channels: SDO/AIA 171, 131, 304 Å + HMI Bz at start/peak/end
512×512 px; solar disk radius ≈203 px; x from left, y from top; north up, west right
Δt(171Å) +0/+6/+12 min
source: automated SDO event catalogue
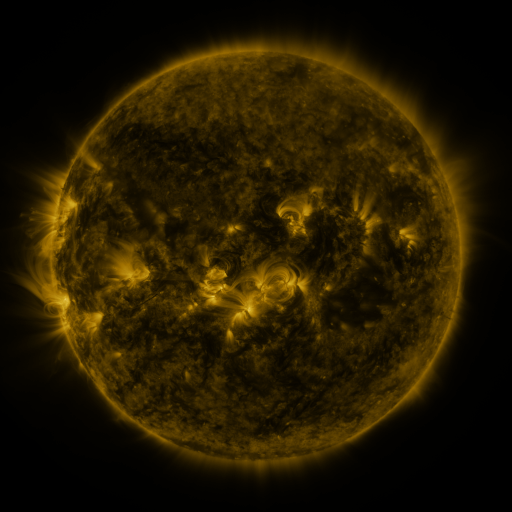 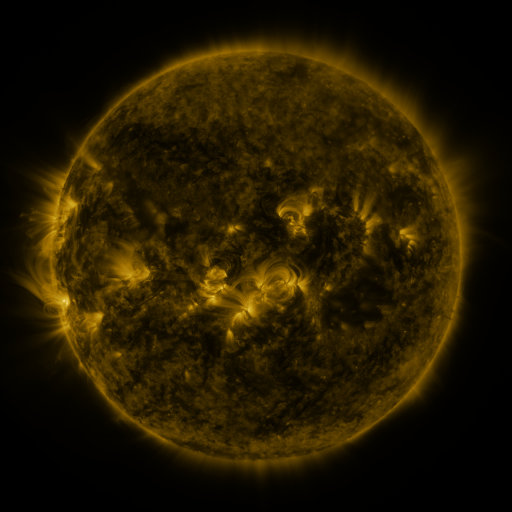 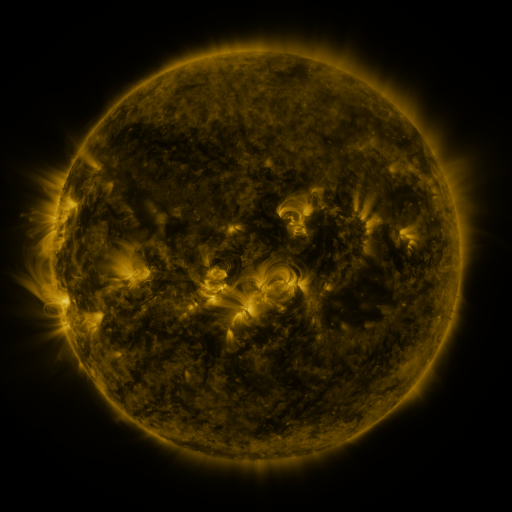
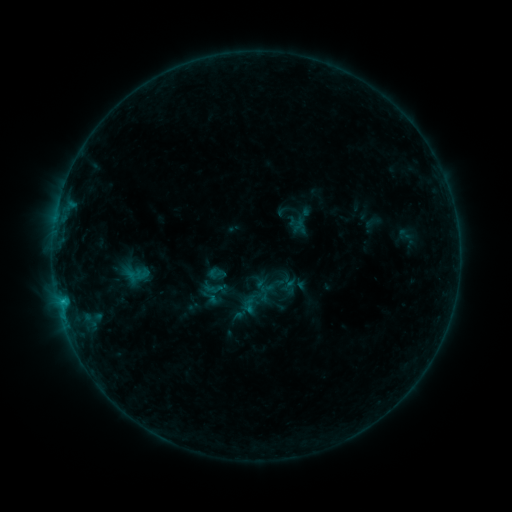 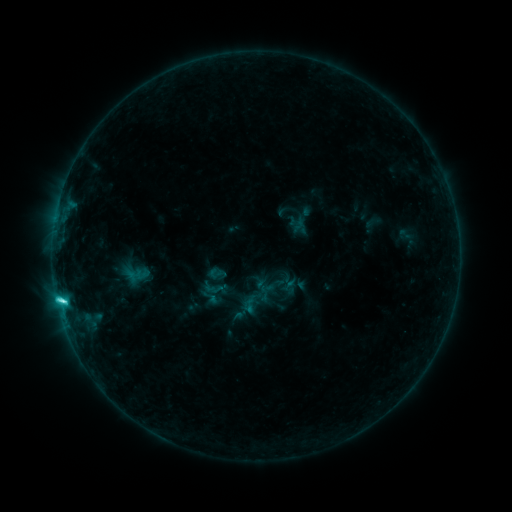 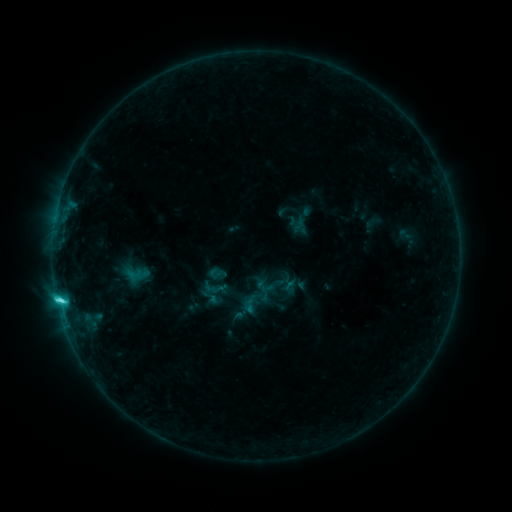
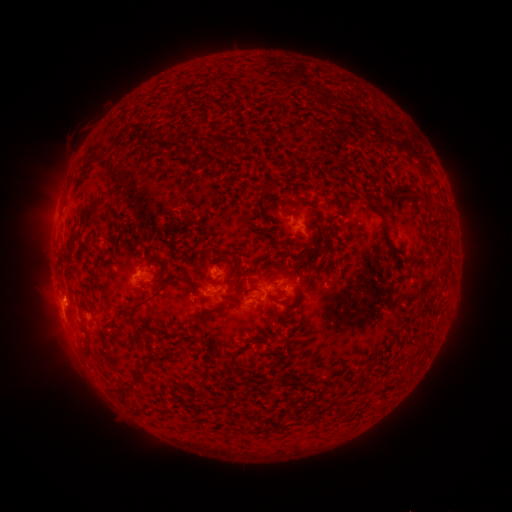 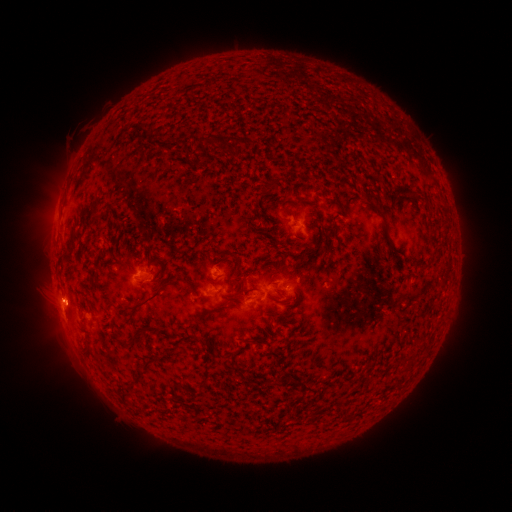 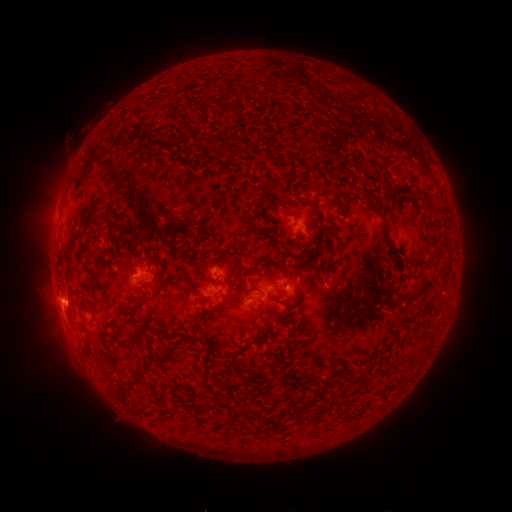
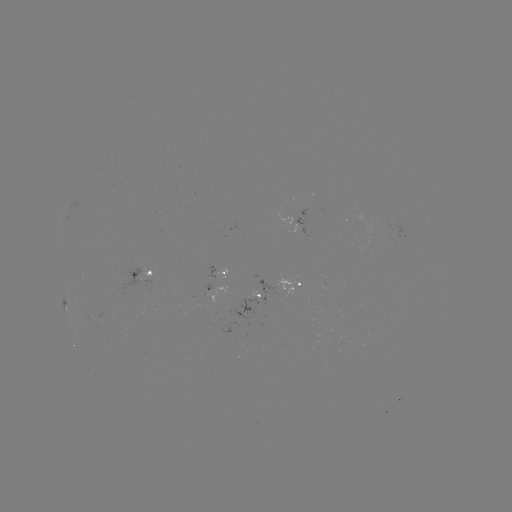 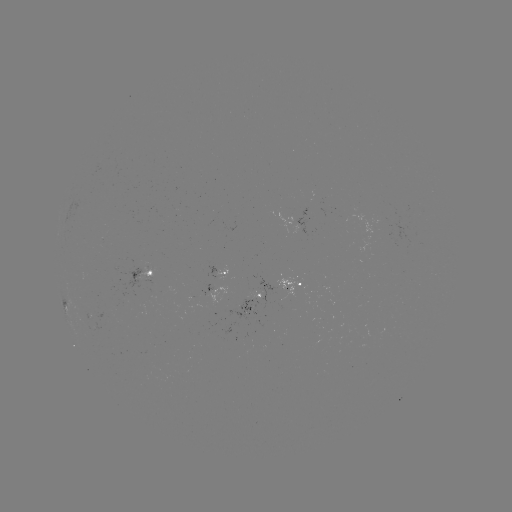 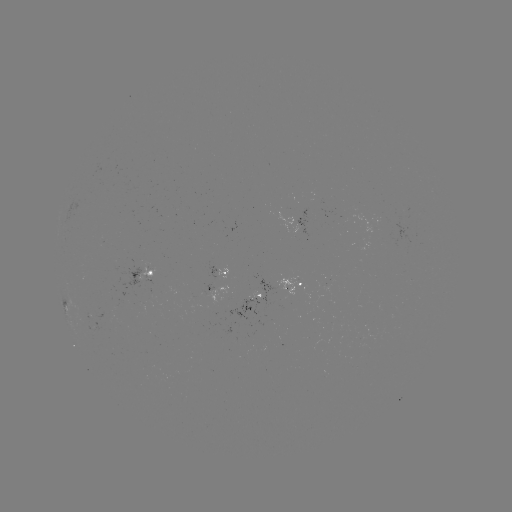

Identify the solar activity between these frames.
C3.9 flare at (63, 298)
